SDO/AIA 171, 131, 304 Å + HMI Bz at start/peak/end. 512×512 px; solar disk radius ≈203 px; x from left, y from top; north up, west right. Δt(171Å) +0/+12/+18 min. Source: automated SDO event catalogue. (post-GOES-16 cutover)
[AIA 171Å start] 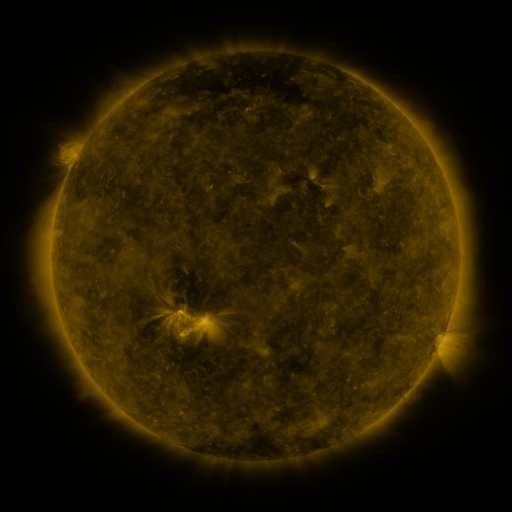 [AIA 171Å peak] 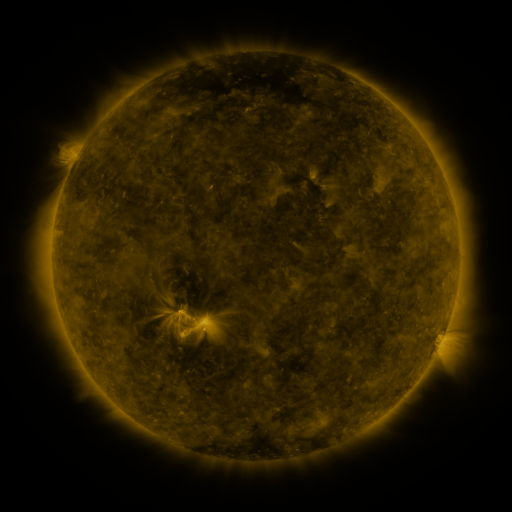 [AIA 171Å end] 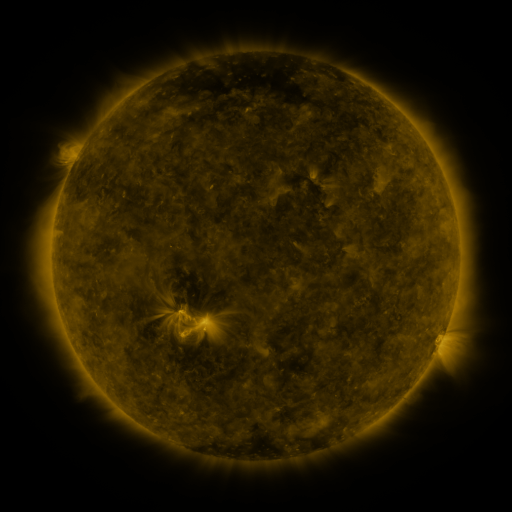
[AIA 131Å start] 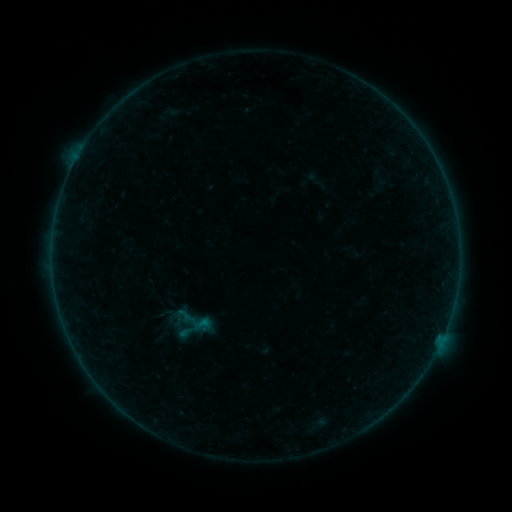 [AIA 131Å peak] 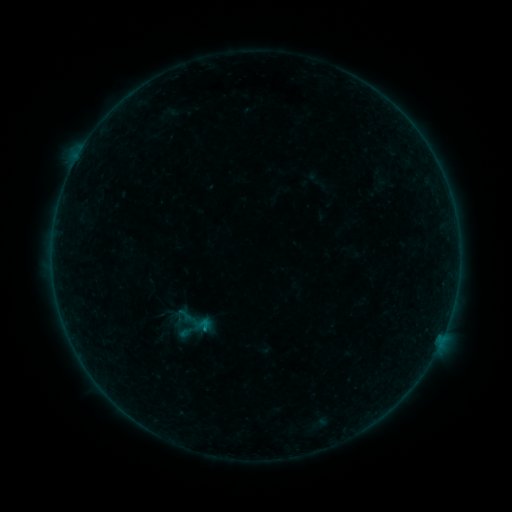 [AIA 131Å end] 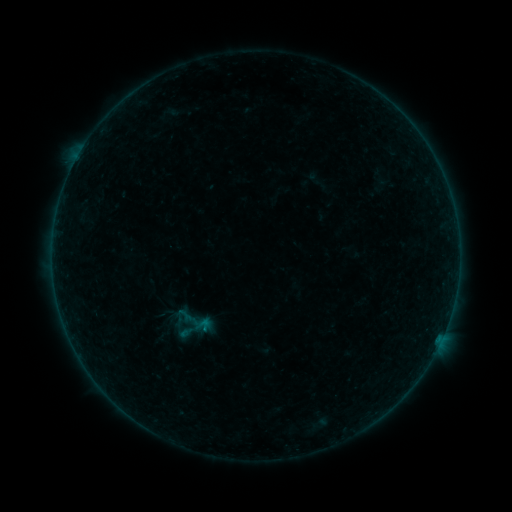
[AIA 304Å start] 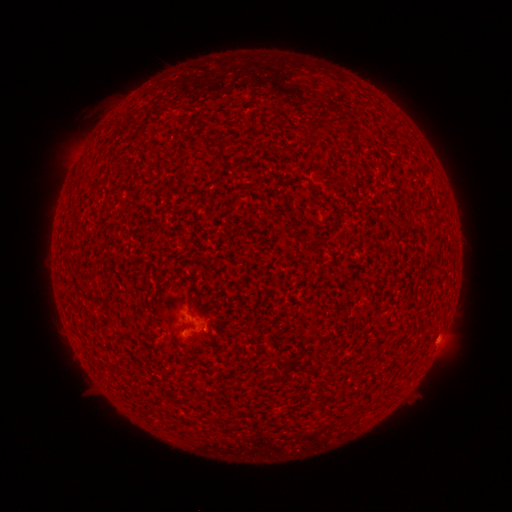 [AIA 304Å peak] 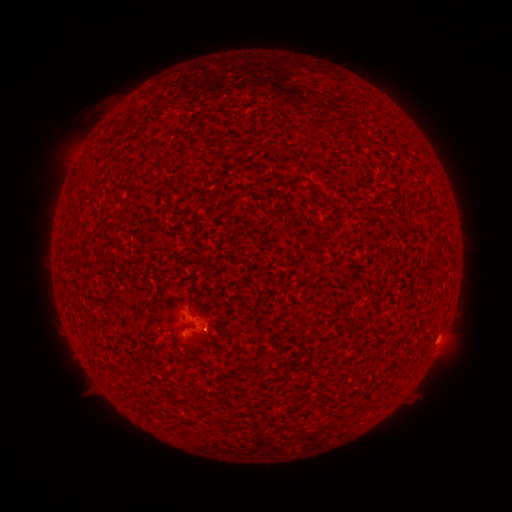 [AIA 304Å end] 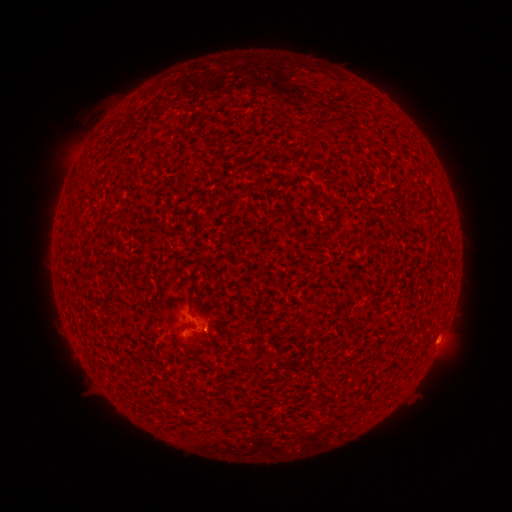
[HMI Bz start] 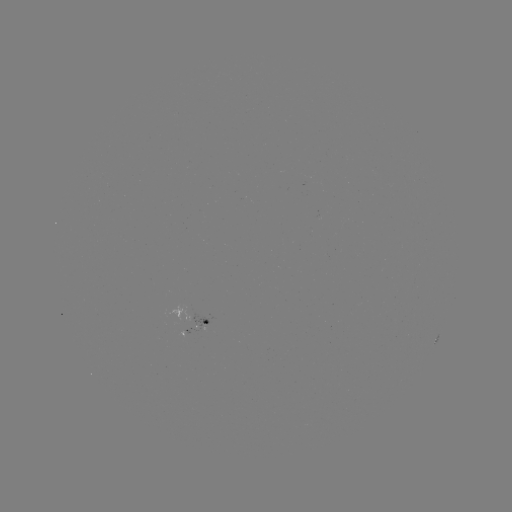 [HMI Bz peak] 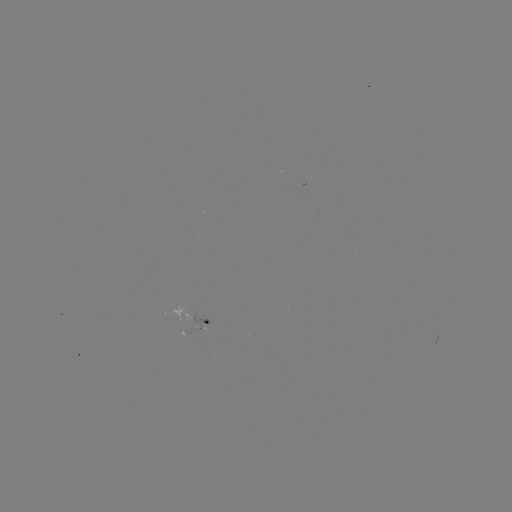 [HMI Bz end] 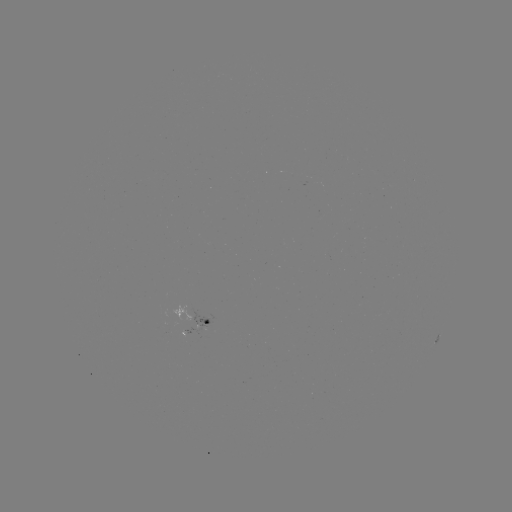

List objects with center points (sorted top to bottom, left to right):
B1.7 flare: (205, 327)
